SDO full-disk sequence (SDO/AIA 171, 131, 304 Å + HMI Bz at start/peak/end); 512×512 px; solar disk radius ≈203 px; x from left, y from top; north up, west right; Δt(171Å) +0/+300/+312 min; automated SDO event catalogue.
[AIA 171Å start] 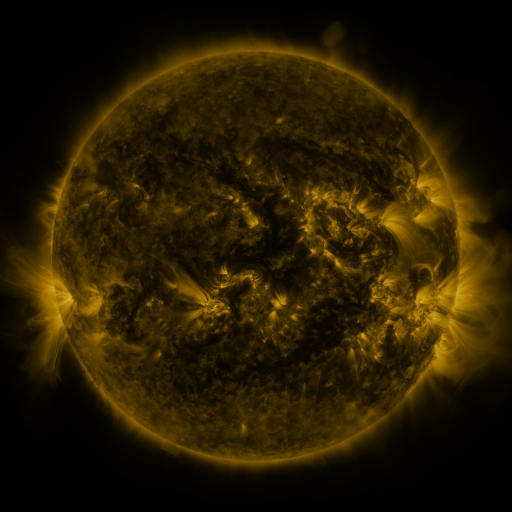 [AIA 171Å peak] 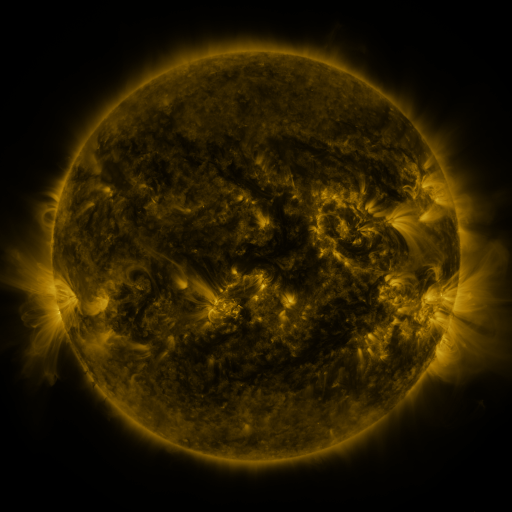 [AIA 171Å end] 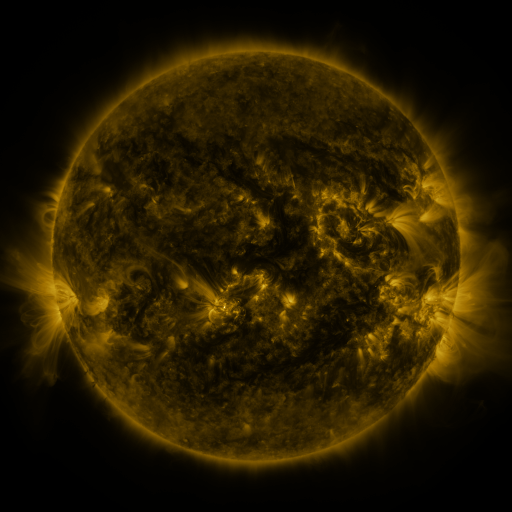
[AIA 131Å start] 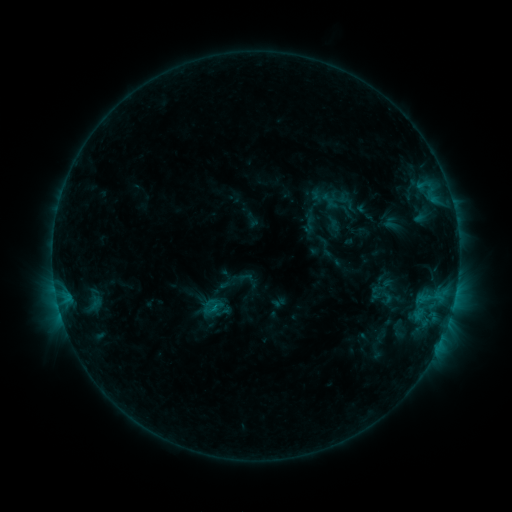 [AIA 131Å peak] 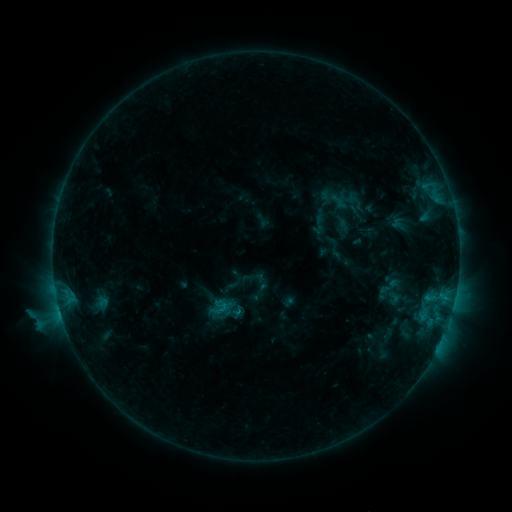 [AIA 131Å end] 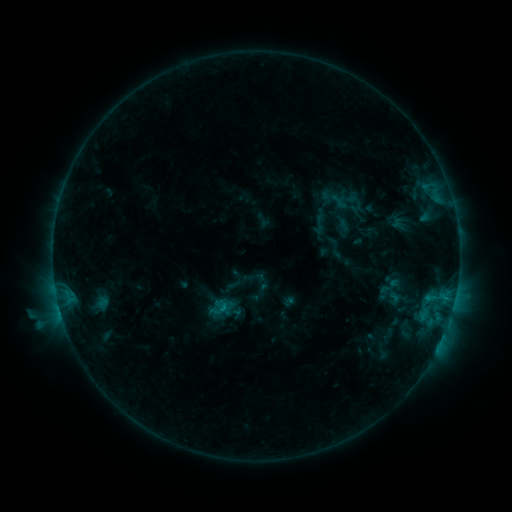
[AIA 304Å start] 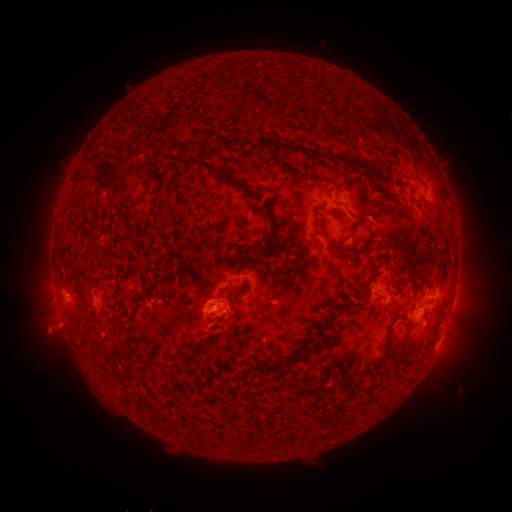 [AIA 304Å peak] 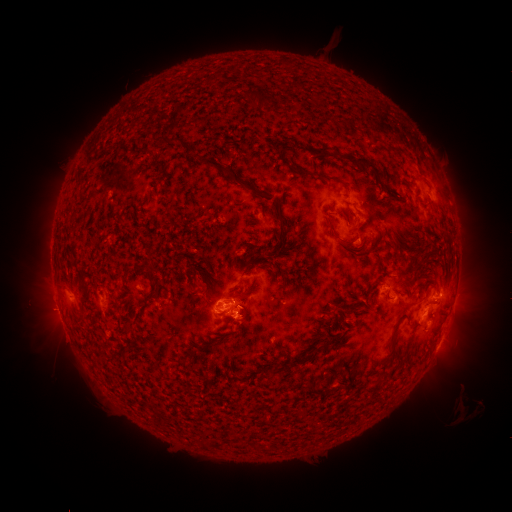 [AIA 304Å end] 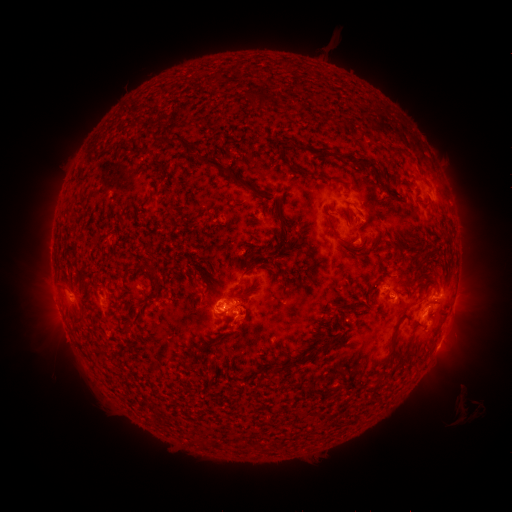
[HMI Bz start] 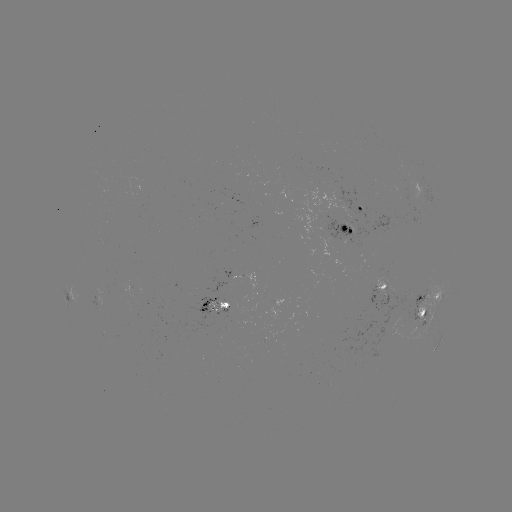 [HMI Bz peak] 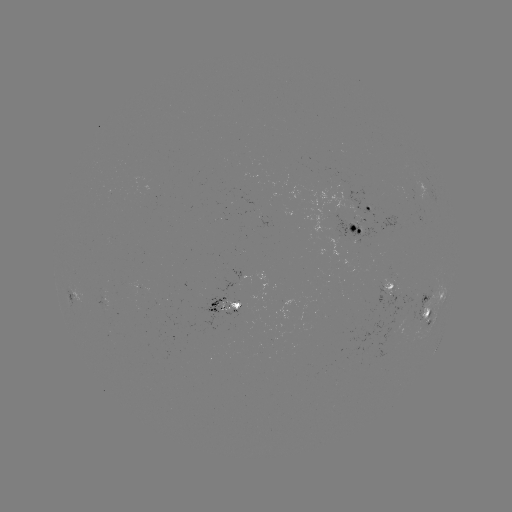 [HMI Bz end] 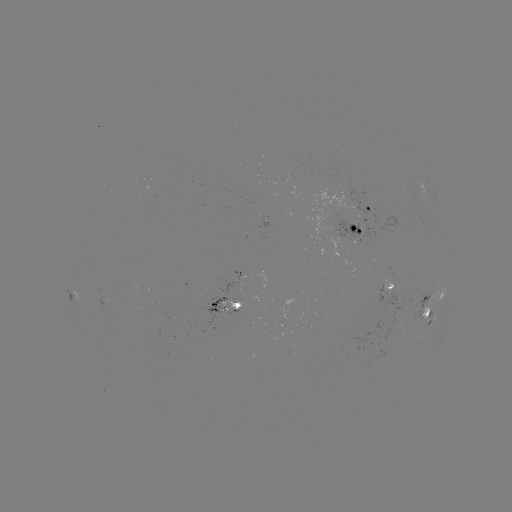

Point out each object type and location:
emerging-flux region: (218, 306)
